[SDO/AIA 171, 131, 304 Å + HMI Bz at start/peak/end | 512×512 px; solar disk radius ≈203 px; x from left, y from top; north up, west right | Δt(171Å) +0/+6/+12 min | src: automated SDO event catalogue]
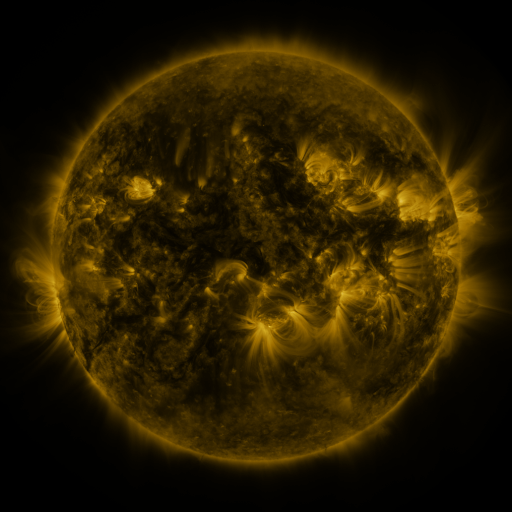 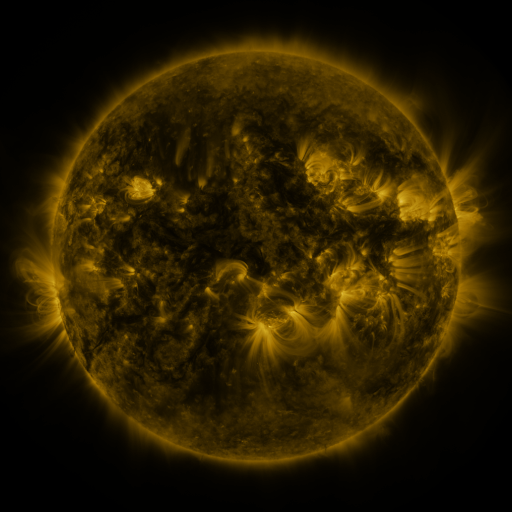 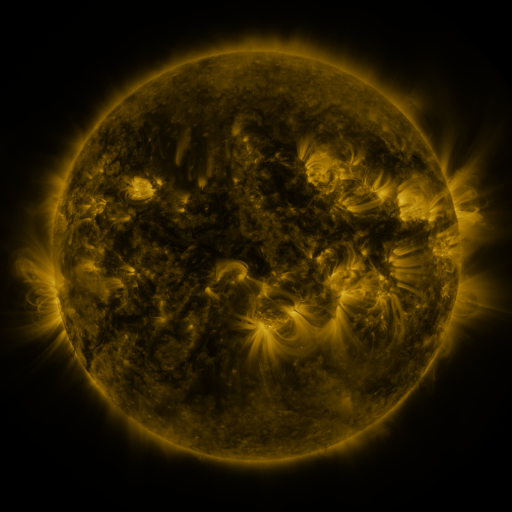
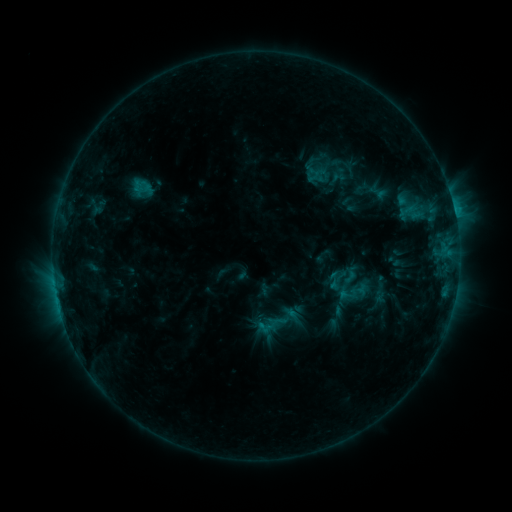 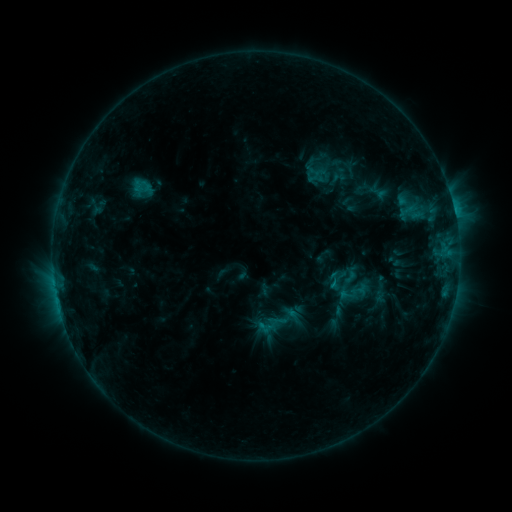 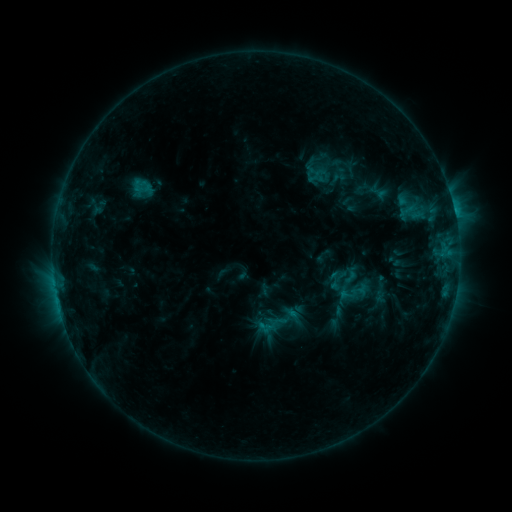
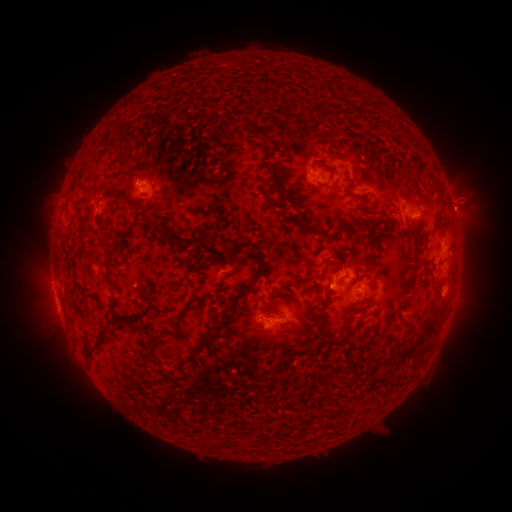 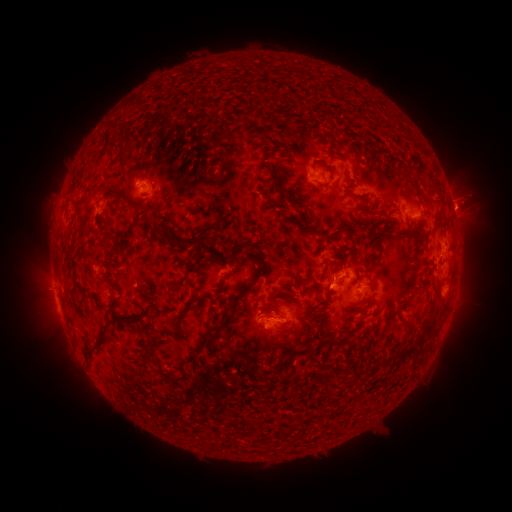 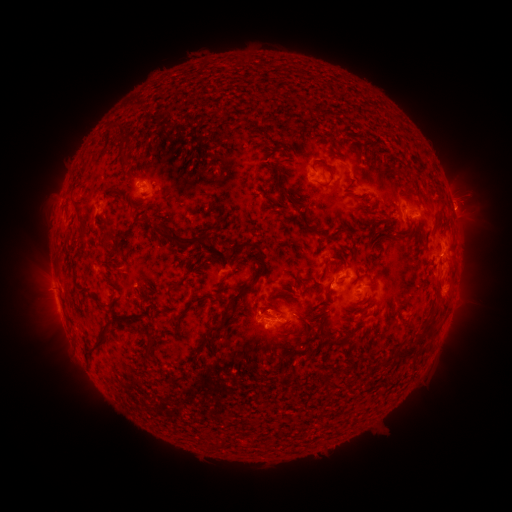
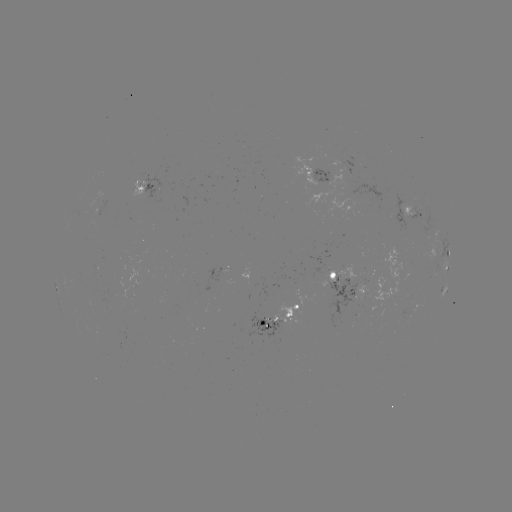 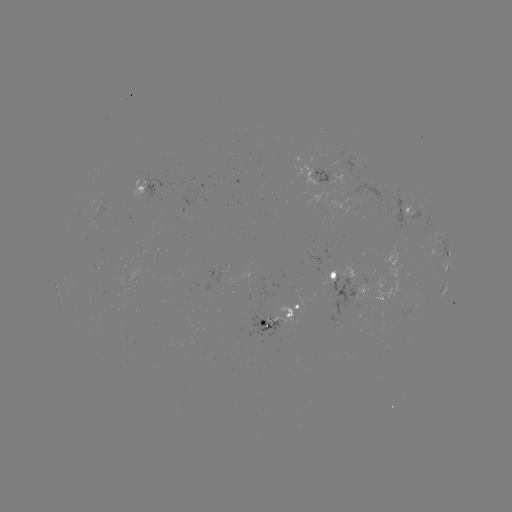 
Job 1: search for eruption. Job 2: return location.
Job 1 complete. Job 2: (465, 204).